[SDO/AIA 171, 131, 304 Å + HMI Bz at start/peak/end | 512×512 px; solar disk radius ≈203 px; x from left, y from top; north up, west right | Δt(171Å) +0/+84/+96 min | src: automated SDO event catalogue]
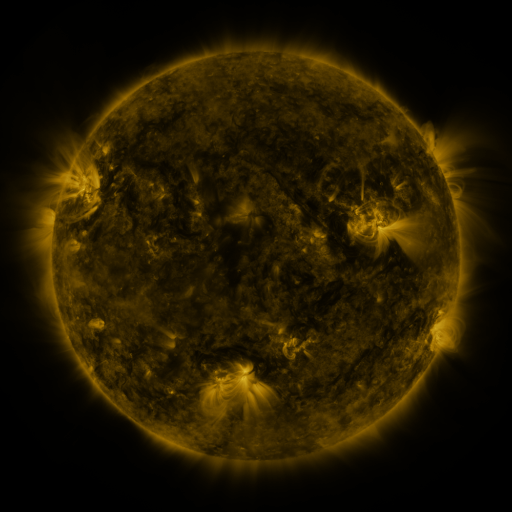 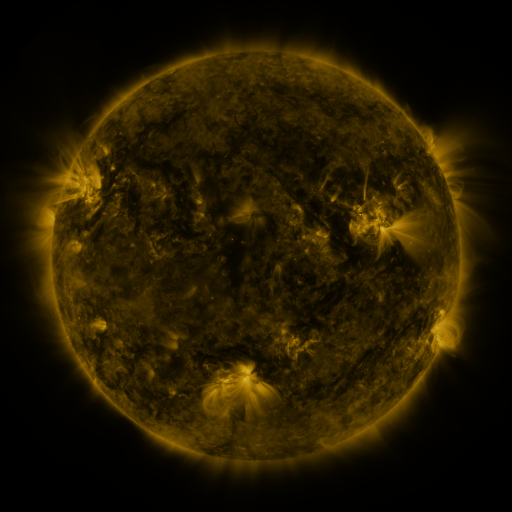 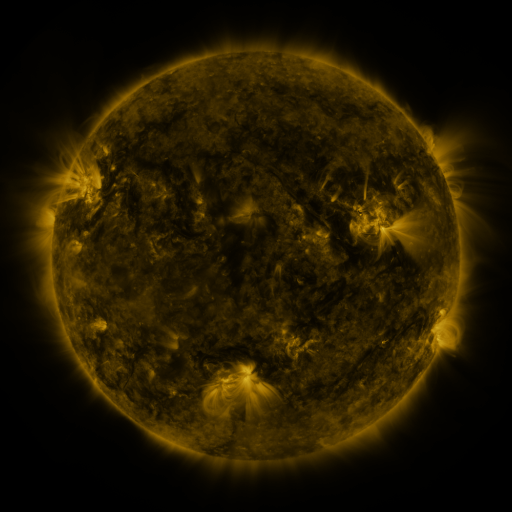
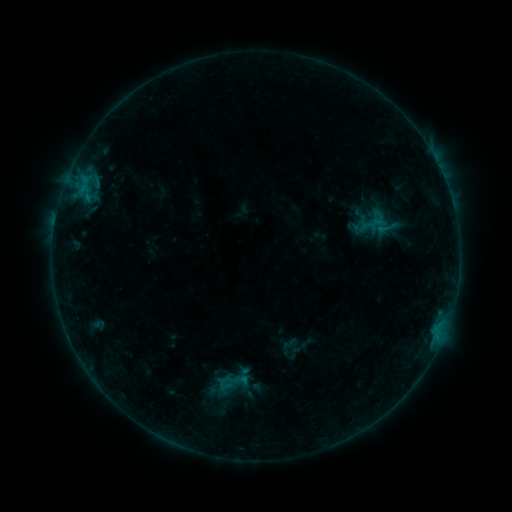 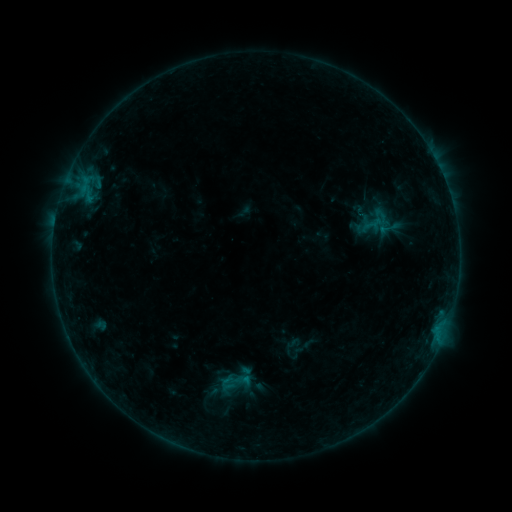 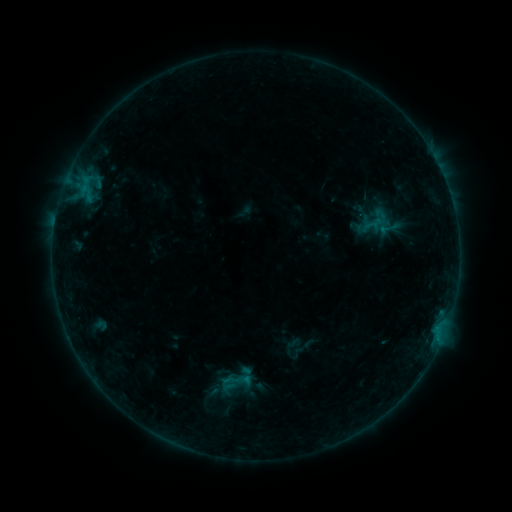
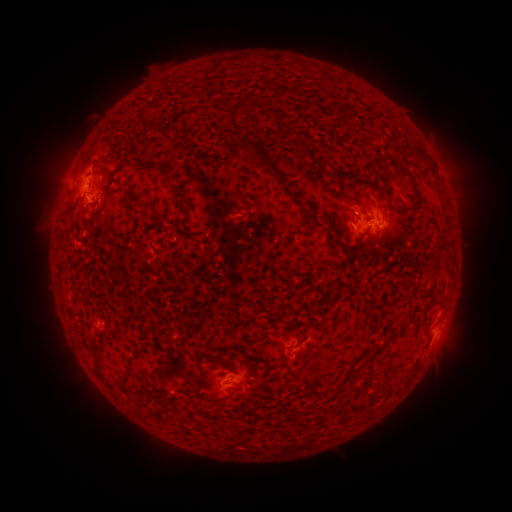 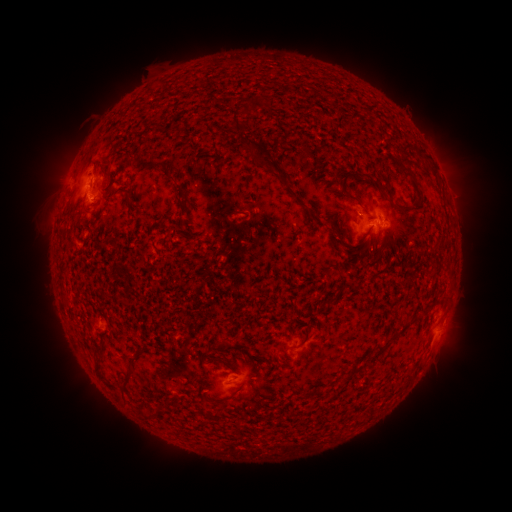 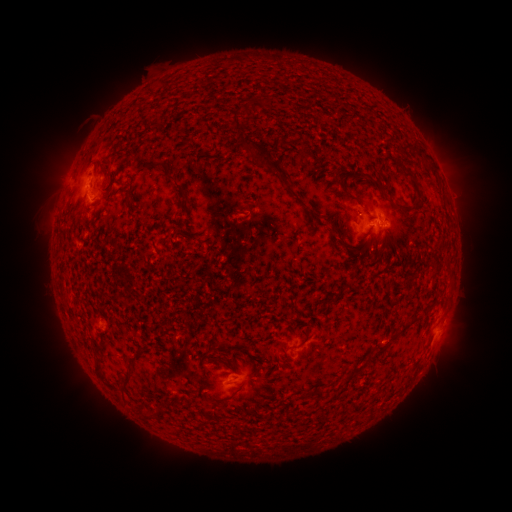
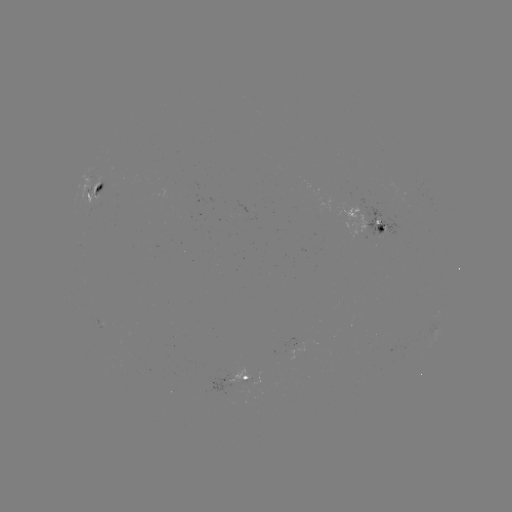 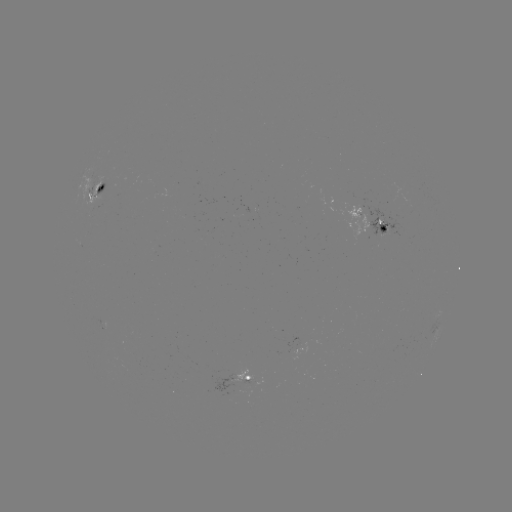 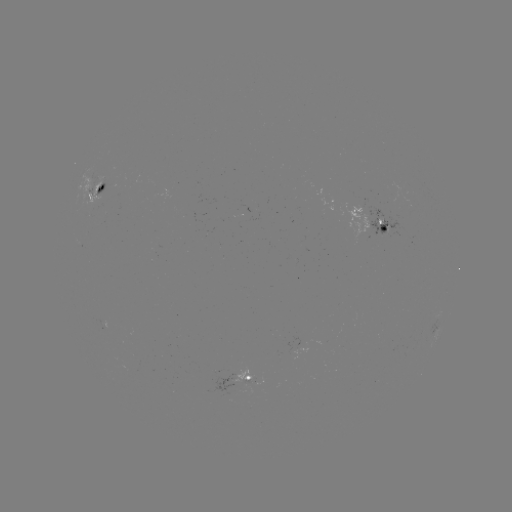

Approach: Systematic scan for emerging-flux region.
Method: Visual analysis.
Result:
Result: emerging-flux region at (94, 200).